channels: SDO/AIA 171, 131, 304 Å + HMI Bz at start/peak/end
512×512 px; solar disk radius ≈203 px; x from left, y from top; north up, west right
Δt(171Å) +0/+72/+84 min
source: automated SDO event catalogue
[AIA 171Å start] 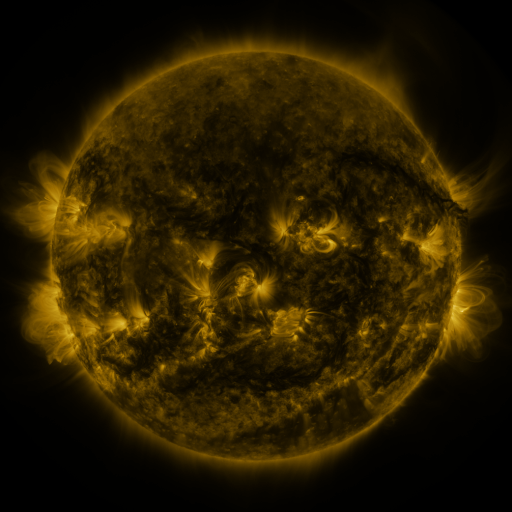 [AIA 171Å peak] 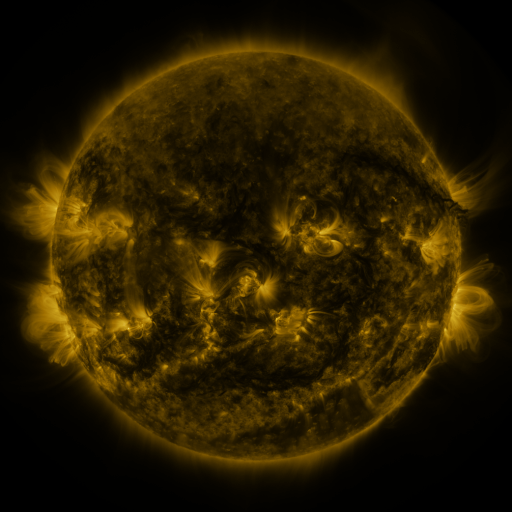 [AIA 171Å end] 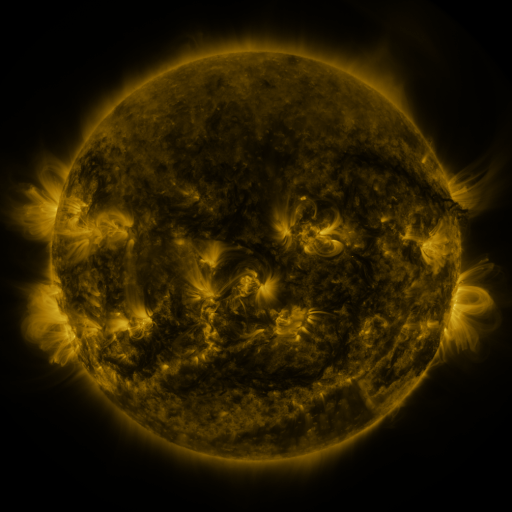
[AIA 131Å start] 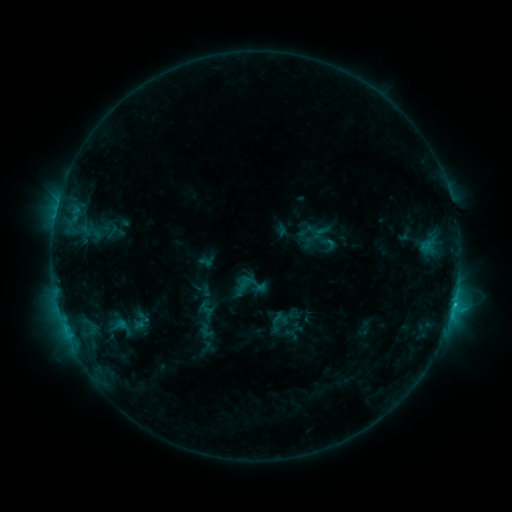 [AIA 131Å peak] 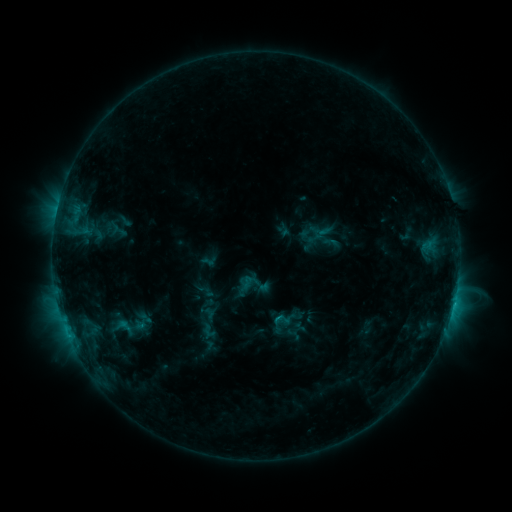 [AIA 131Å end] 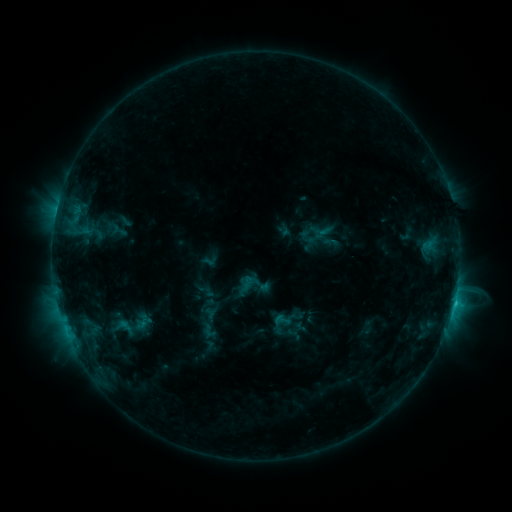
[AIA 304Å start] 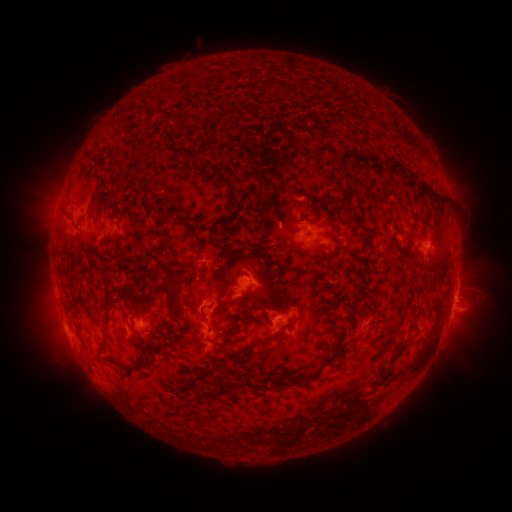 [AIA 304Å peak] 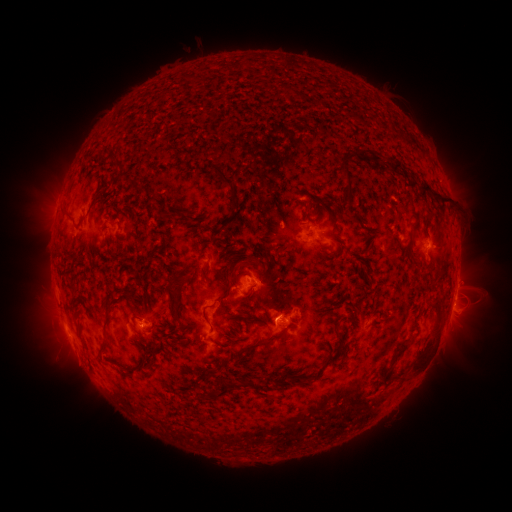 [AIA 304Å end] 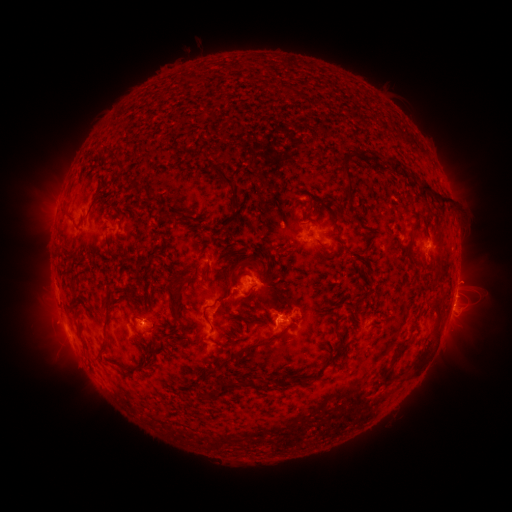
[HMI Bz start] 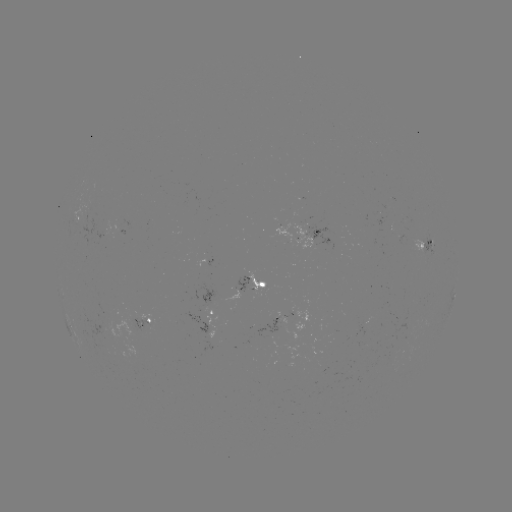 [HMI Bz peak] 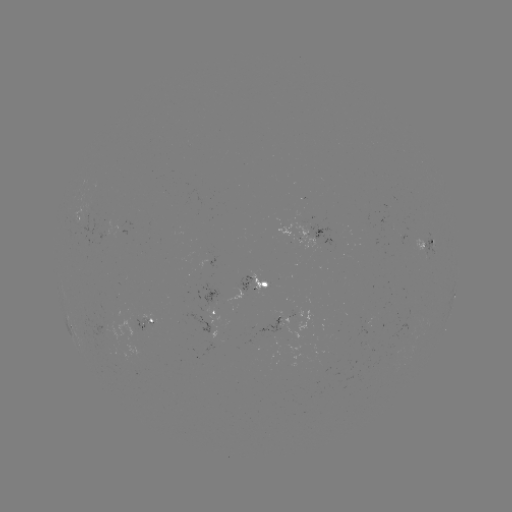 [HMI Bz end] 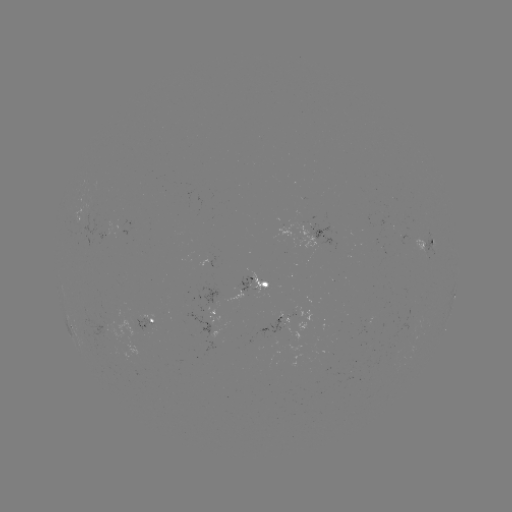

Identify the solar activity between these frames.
emerging-flux region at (281, 328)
